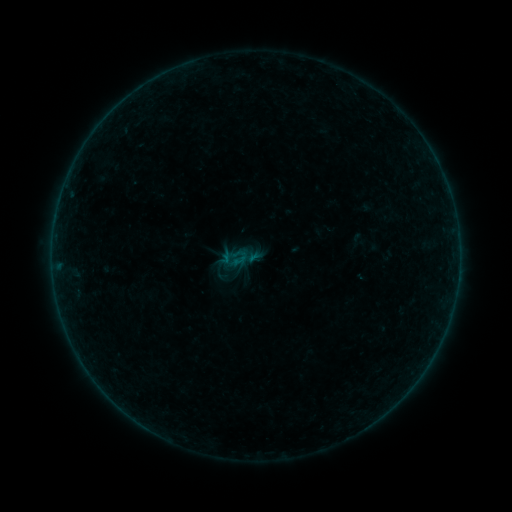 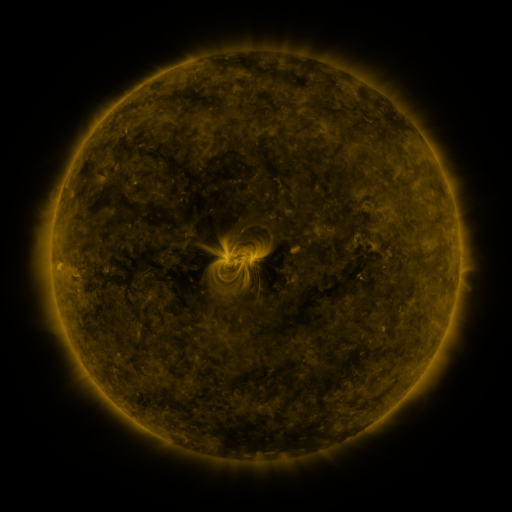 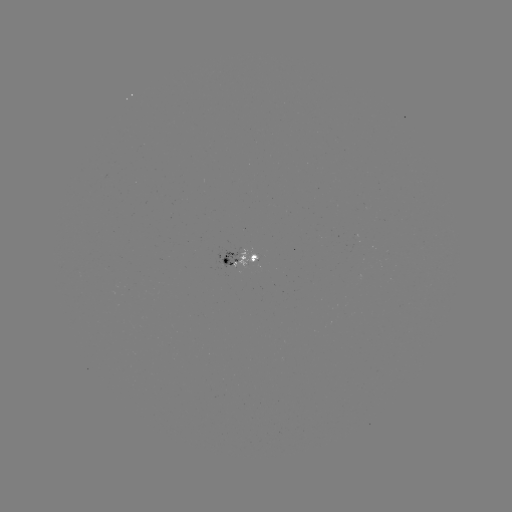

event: sigmoid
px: (239, 259)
